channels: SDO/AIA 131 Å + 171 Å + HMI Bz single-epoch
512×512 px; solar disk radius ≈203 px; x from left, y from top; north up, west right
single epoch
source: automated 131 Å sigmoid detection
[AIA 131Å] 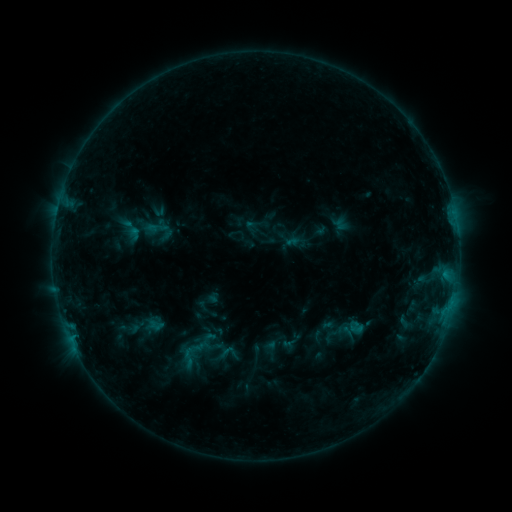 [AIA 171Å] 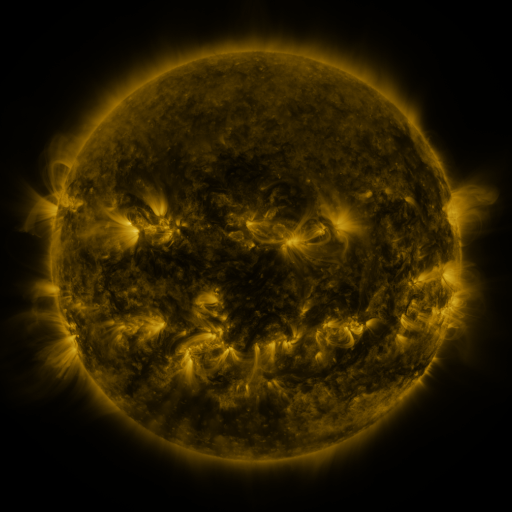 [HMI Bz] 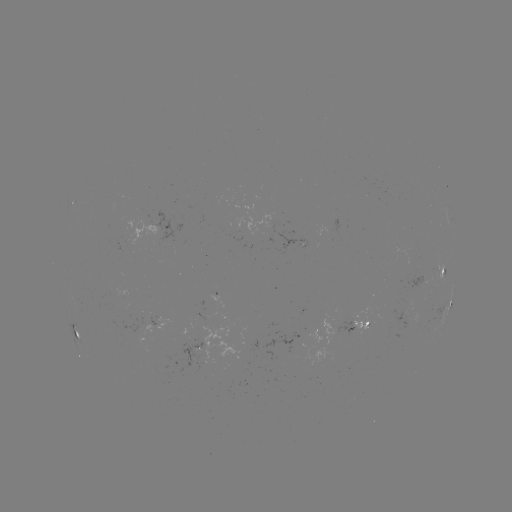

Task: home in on sigmoid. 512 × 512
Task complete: (188, 357).